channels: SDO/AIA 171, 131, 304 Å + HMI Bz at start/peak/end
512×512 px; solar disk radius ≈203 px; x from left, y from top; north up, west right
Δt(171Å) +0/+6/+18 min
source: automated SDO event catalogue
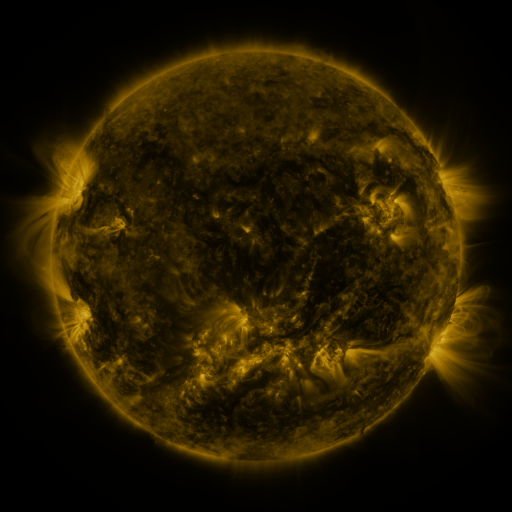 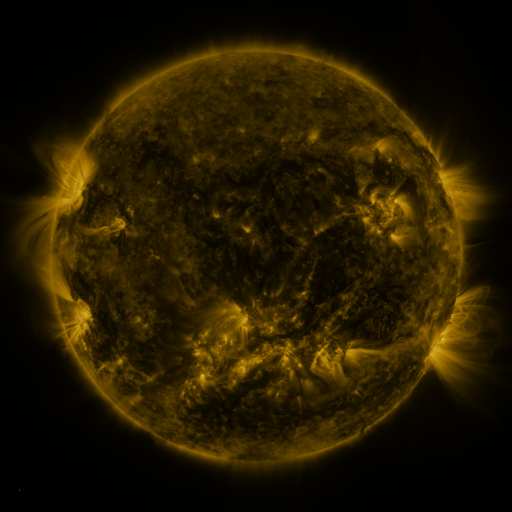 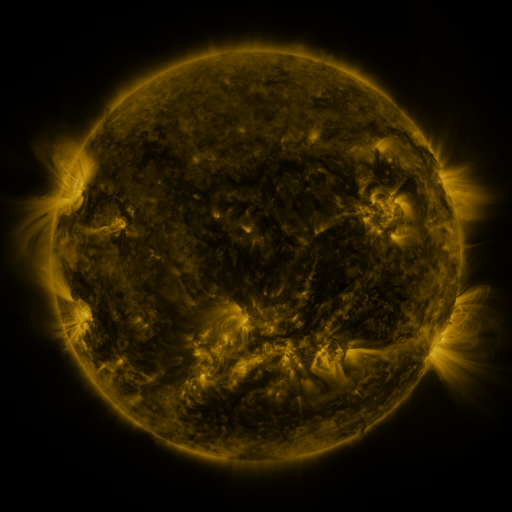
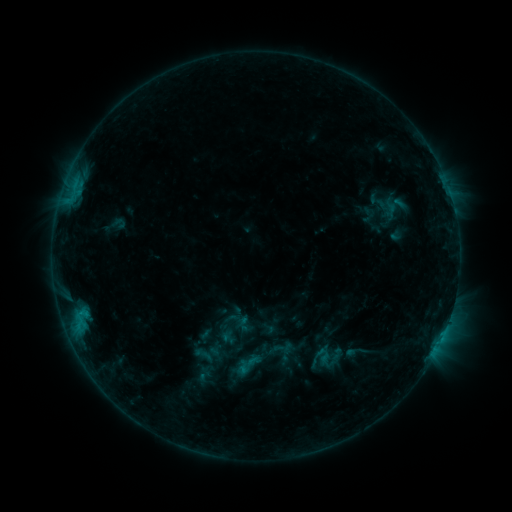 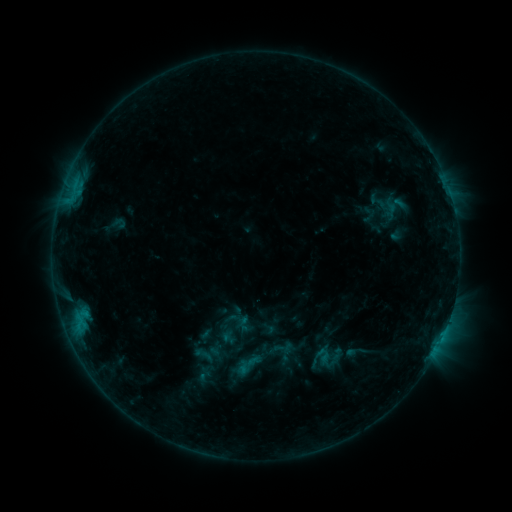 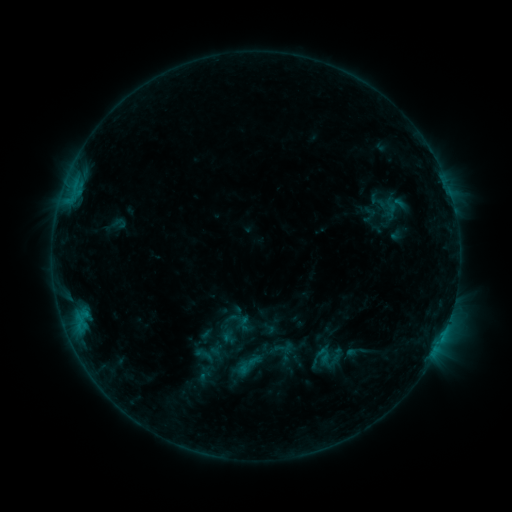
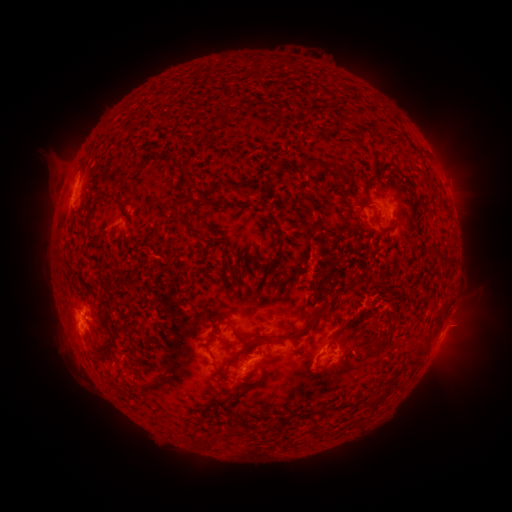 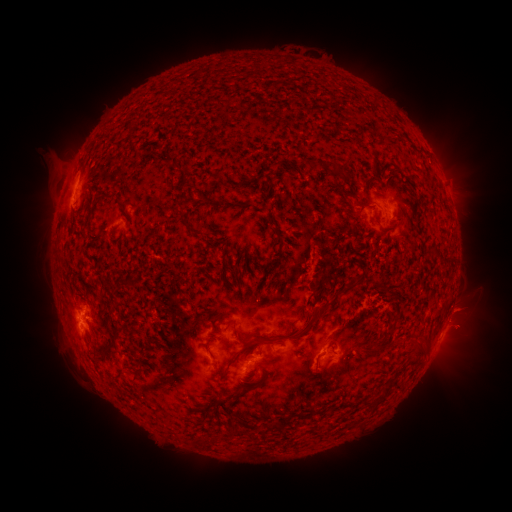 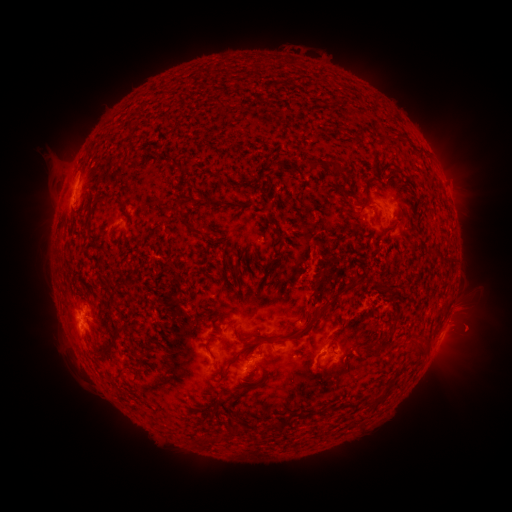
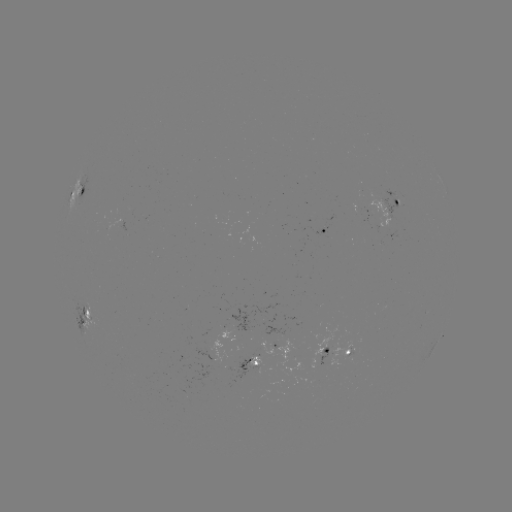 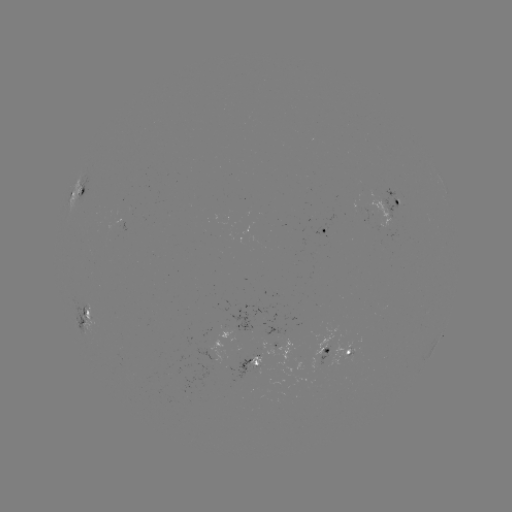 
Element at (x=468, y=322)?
eruption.